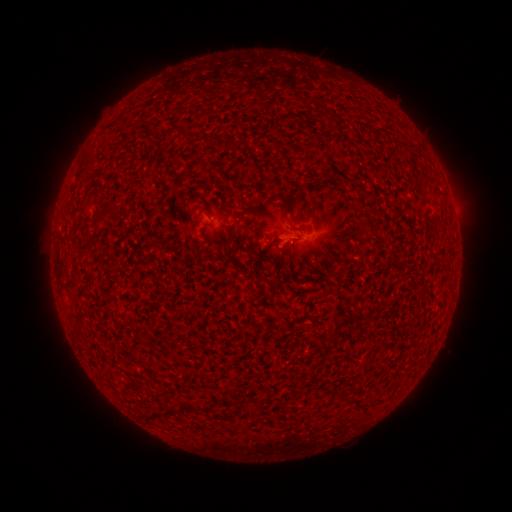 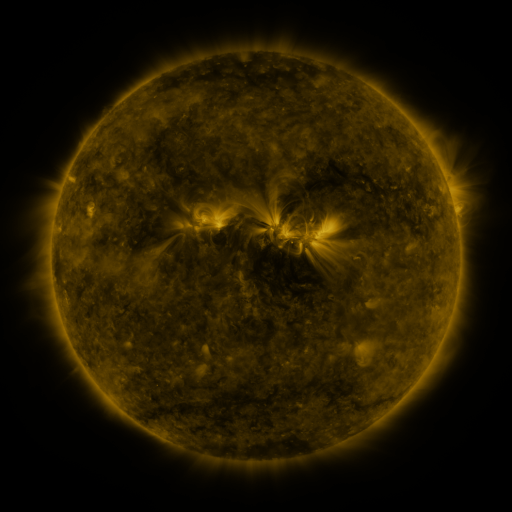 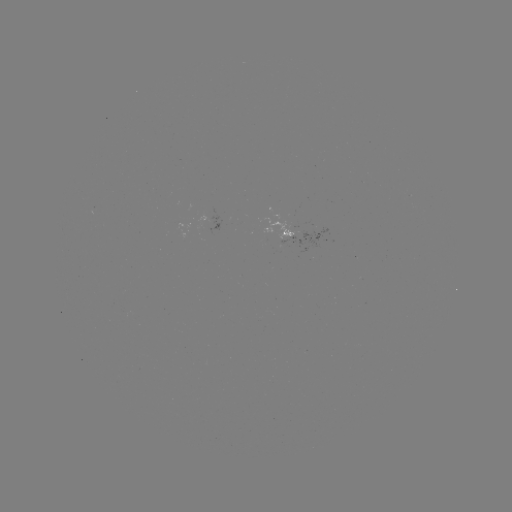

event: spotted active region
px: (294, 231)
